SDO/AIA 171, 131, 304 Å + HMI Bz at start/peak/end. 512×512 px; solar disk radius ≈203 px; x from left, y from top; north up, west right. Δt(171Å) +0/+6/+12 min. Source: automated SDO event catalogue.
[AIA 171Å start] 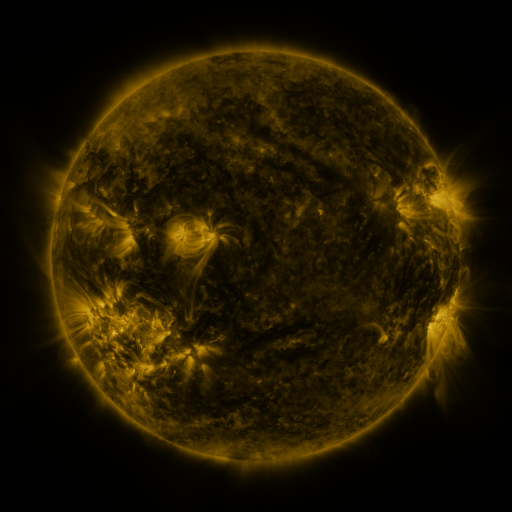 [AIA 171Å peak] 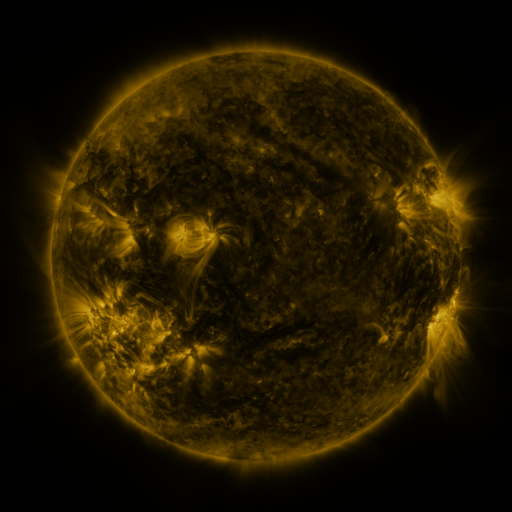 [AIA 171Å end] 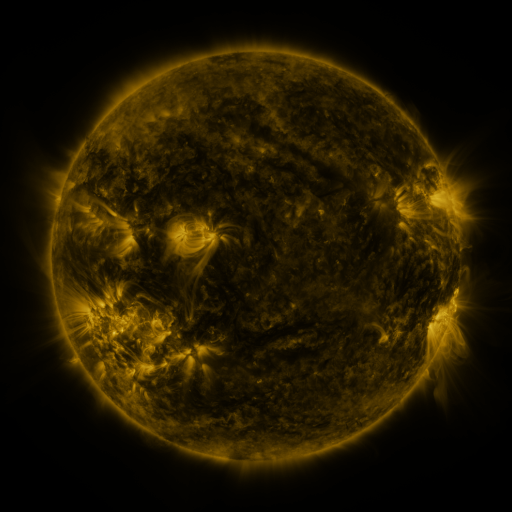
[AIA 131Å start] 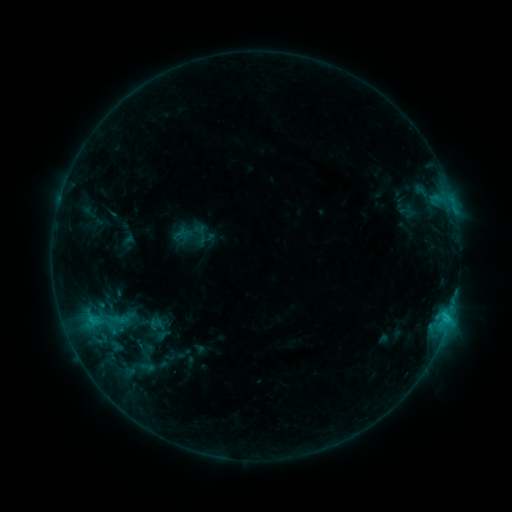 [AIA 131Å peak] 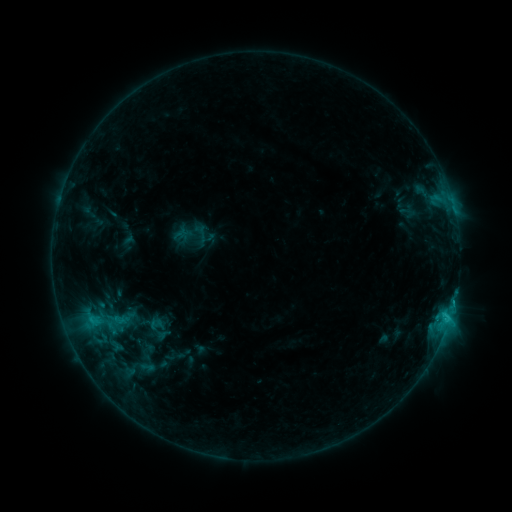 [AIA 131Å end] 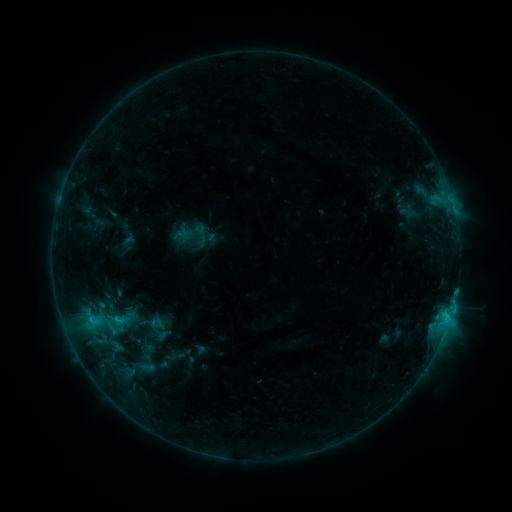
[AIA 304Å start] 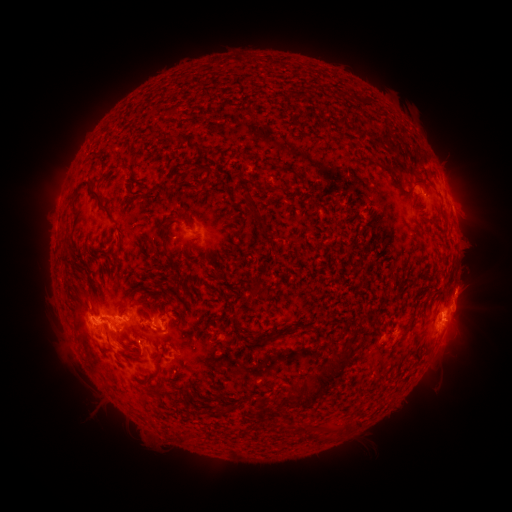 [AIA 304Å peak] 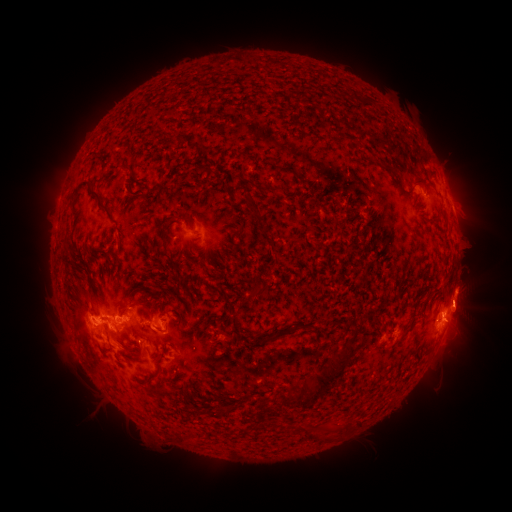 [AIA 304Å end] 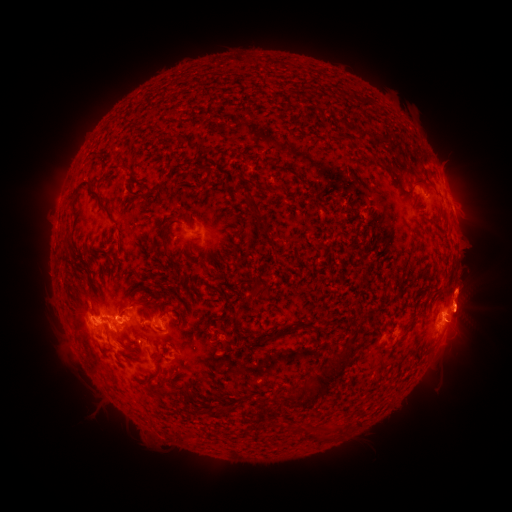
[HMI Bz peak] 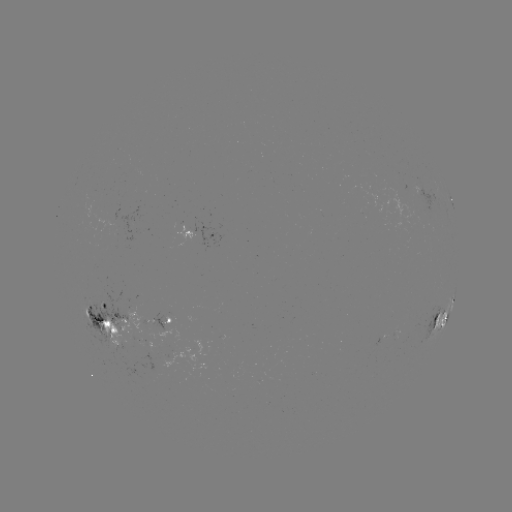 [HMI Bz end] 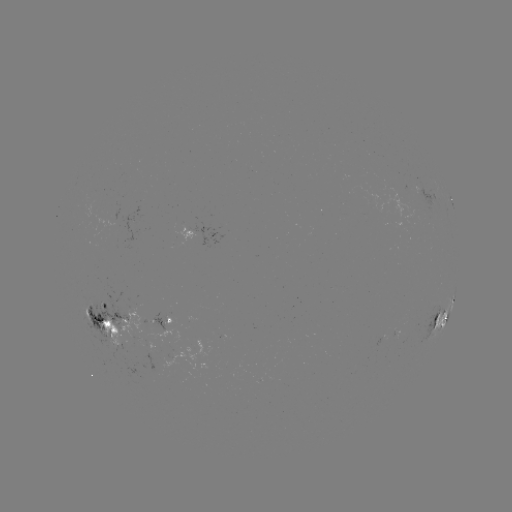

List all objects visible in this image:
eruption: (473, 310)
